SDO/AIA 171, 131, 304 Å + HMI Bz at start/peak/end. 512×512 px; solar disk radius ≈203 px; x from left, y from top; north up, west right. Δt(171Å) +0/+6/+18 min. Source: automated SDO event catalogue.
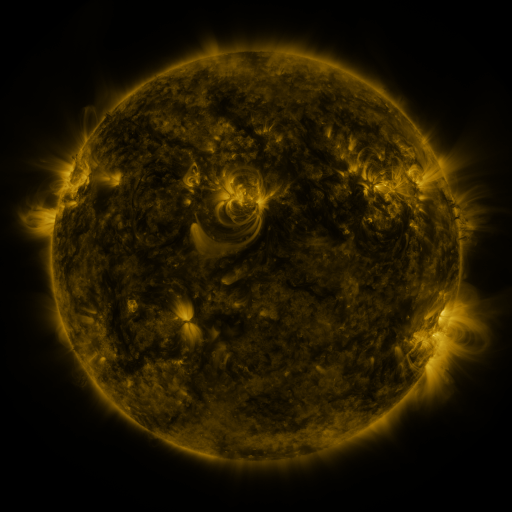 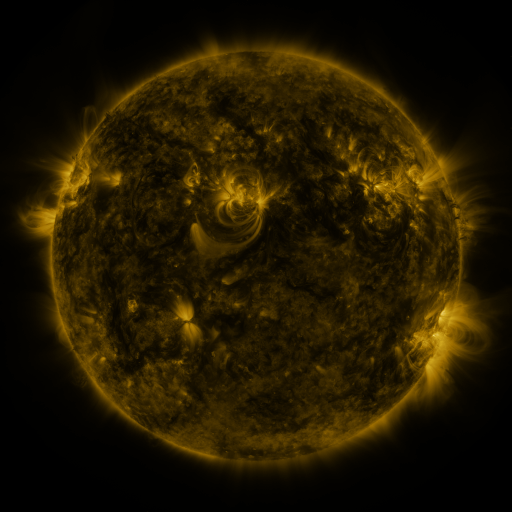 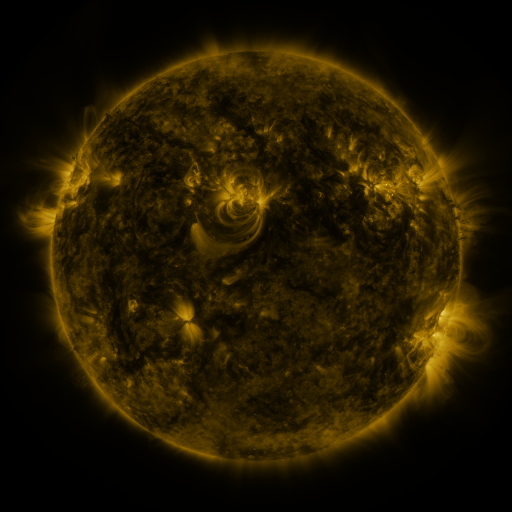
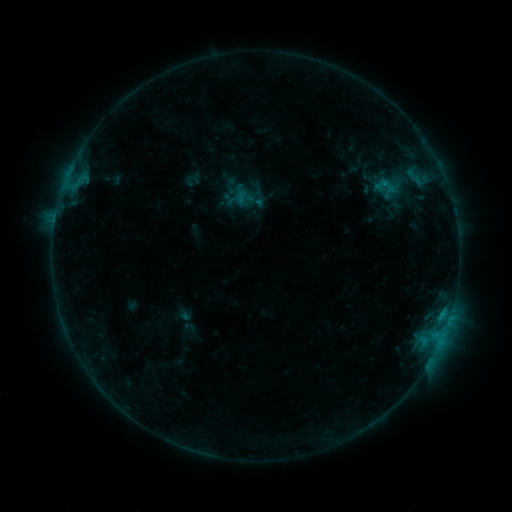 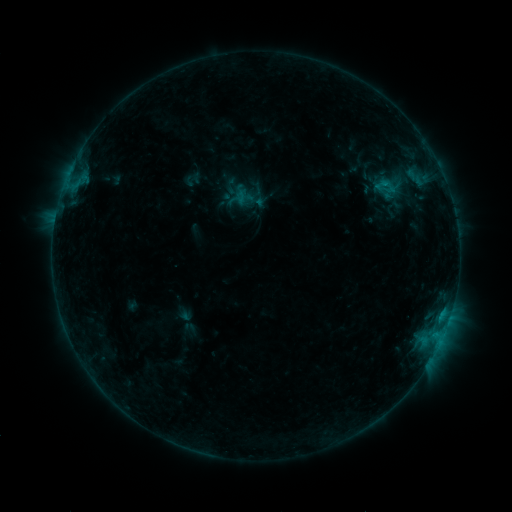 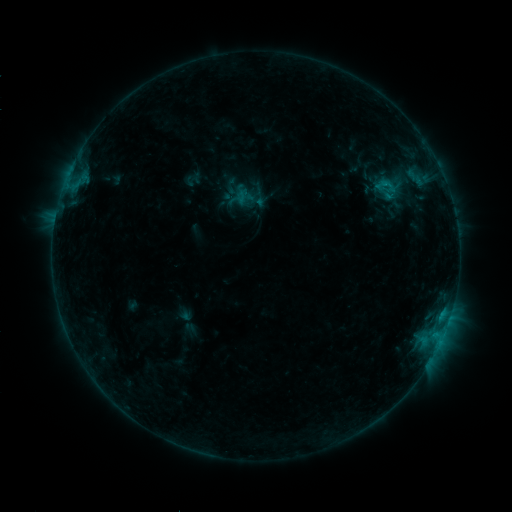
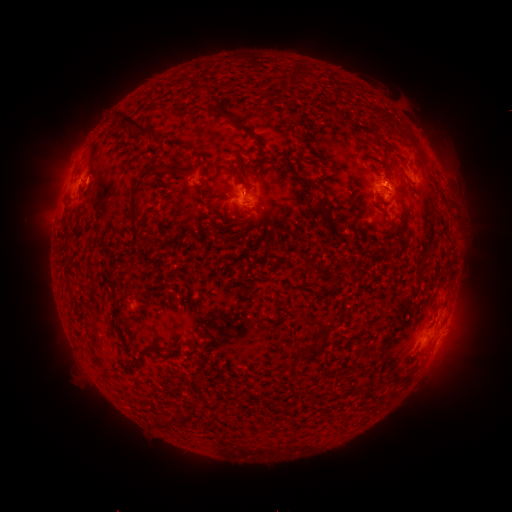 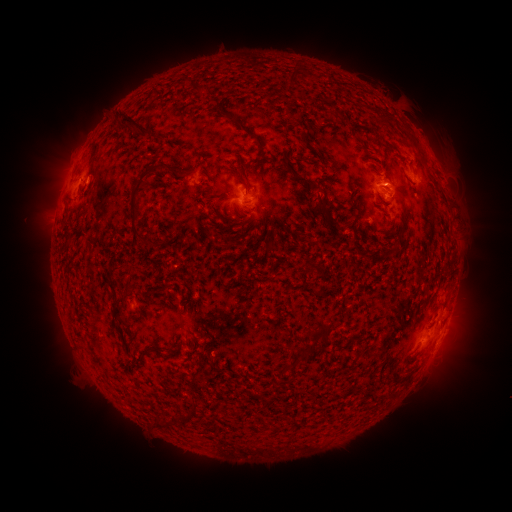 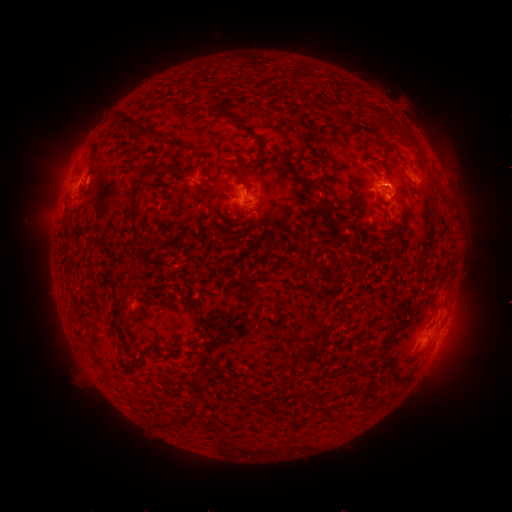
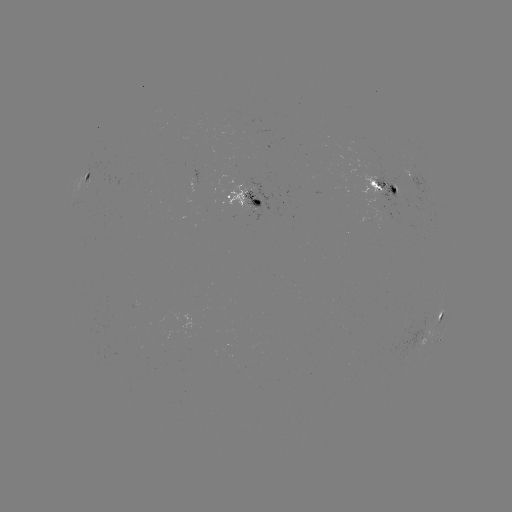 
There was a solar eruption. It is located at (459, 338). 